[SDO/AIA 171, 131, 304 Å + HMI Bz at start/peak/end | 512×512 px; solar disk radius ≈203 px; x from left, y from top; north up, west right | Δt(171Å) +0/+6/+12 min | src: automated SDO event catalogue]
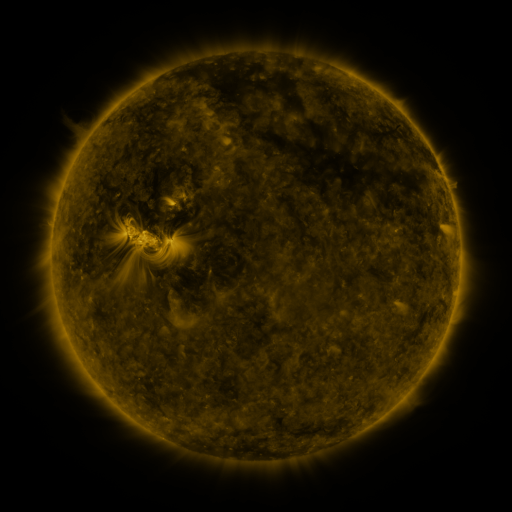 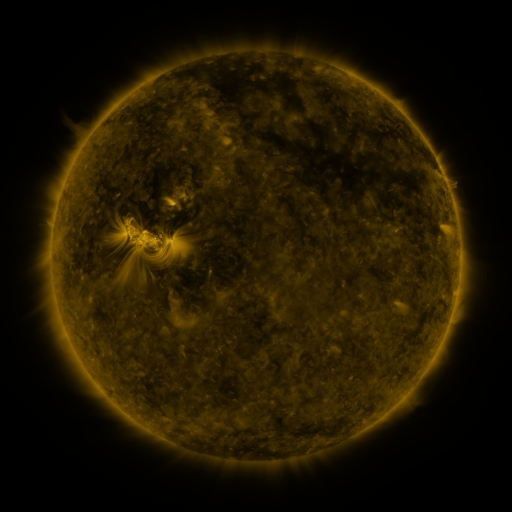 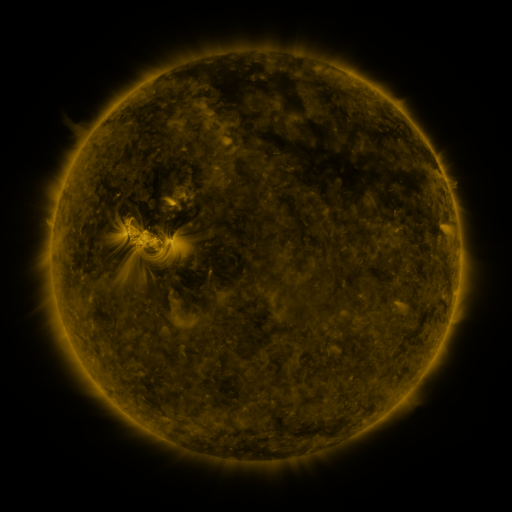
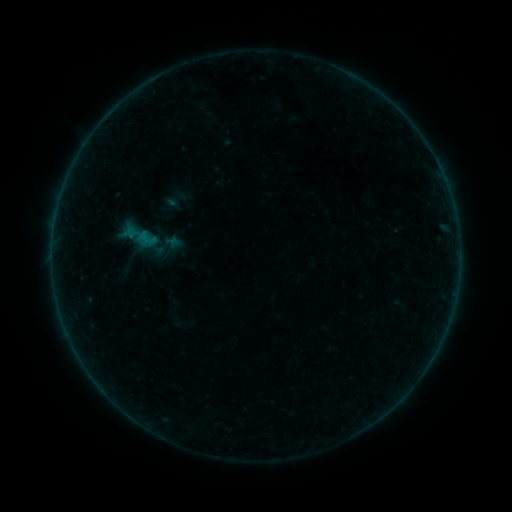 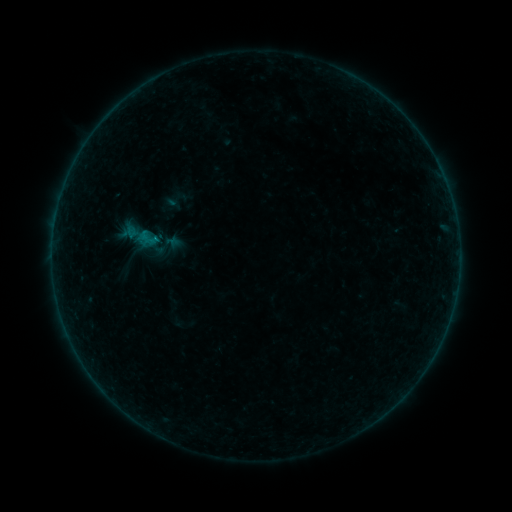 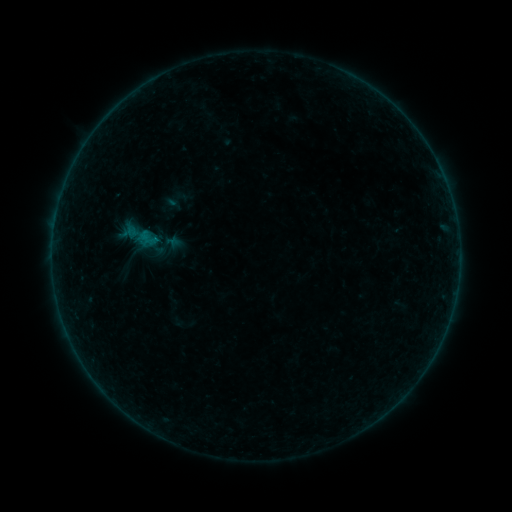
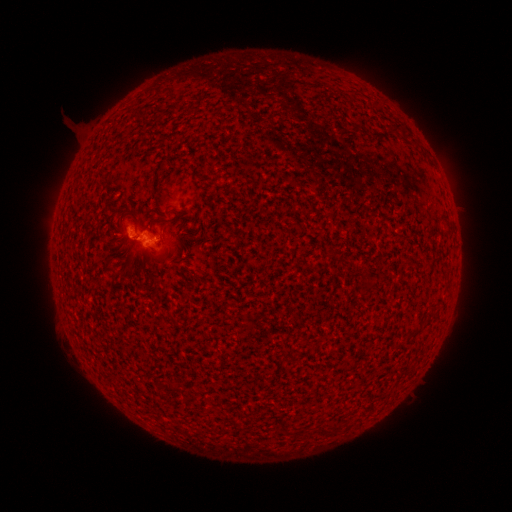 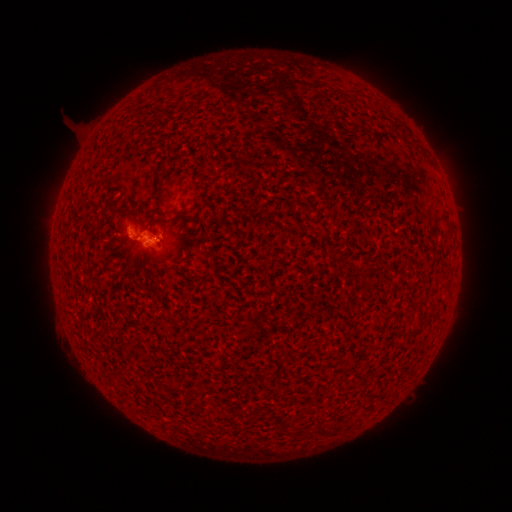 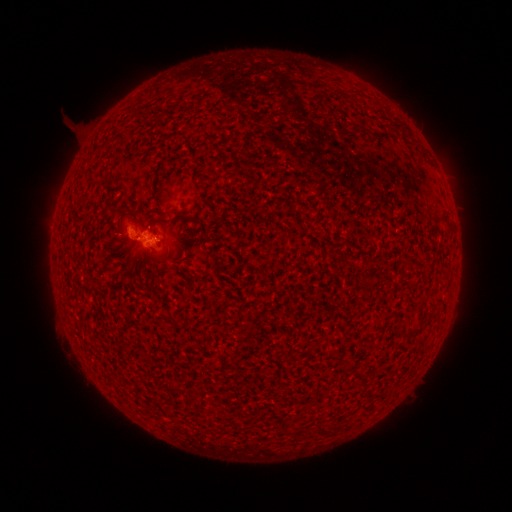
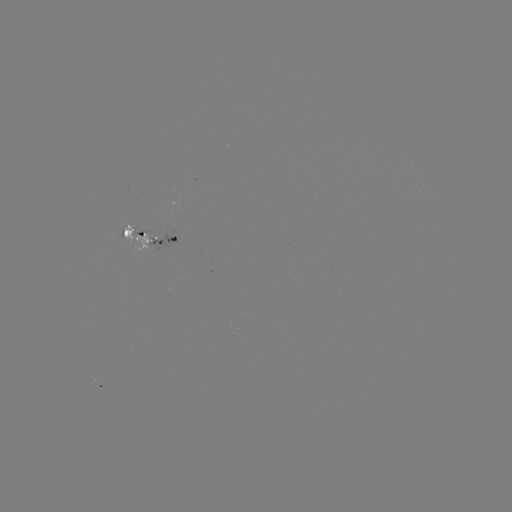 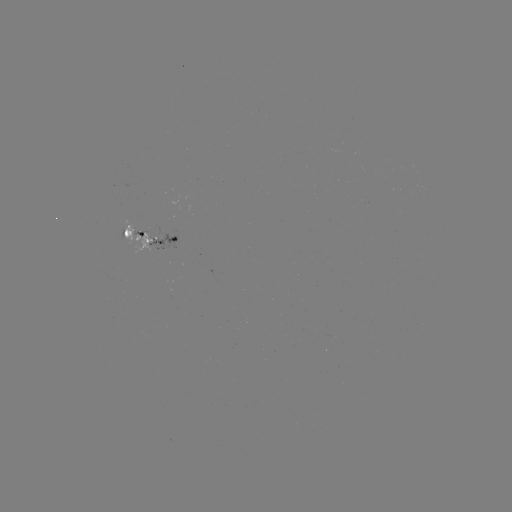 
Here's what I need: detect B2.2 flare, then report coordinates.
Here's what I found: B2.2 flare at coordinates (158, 241).